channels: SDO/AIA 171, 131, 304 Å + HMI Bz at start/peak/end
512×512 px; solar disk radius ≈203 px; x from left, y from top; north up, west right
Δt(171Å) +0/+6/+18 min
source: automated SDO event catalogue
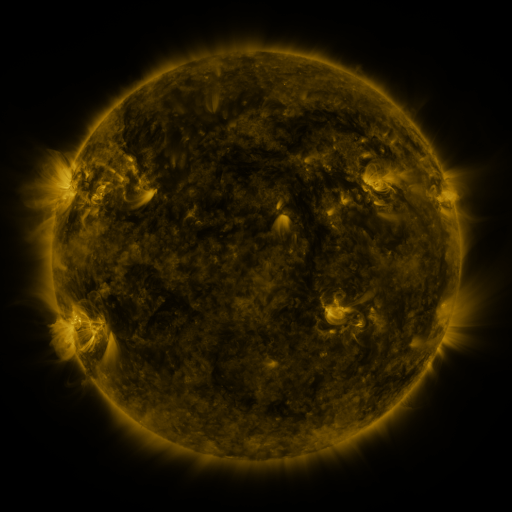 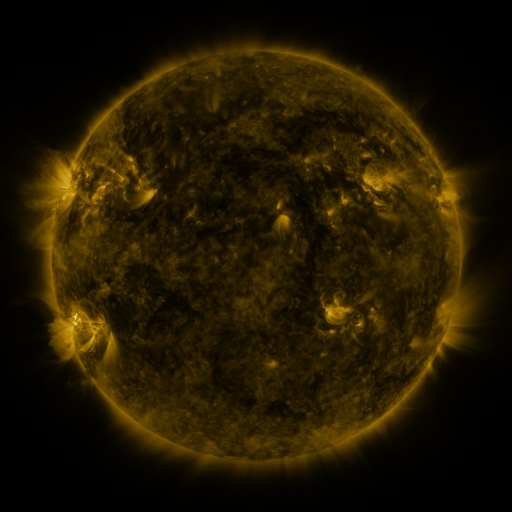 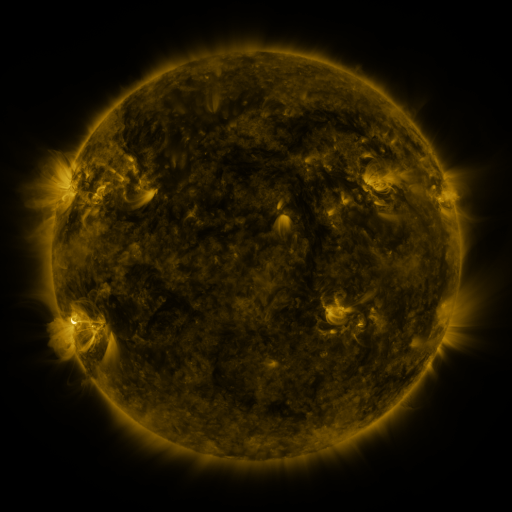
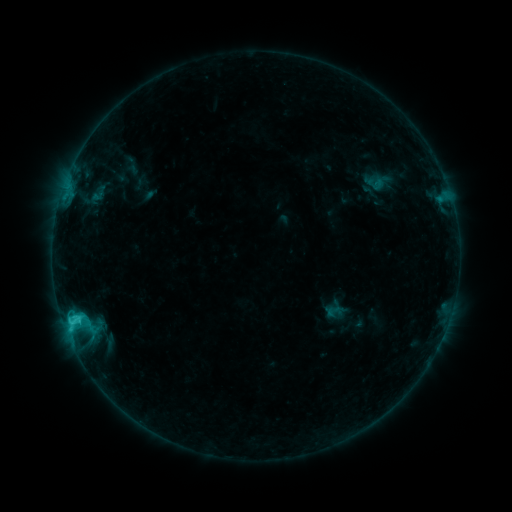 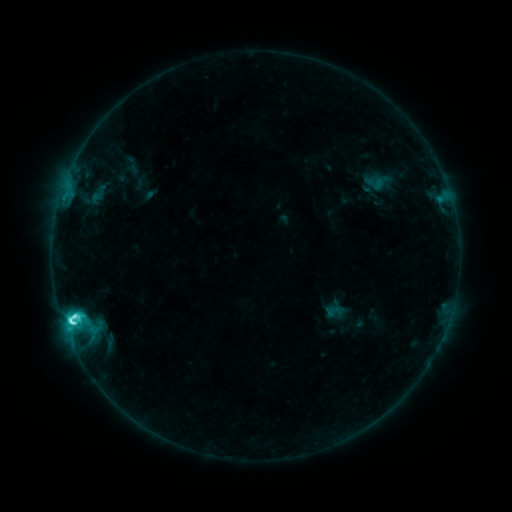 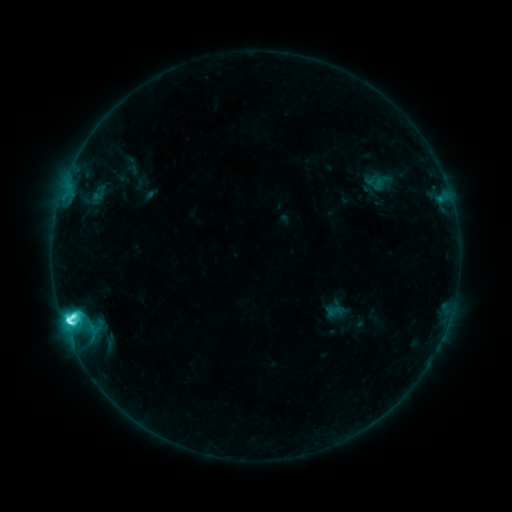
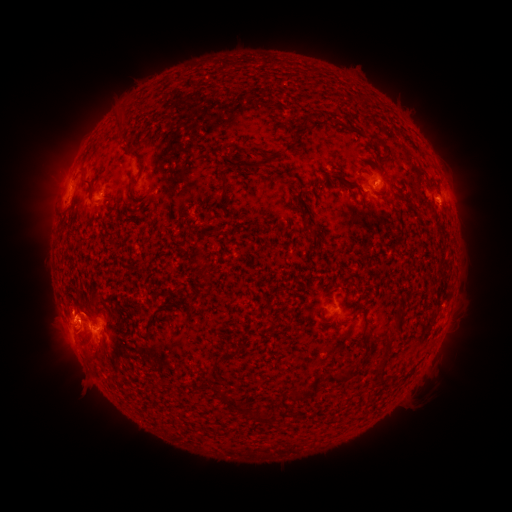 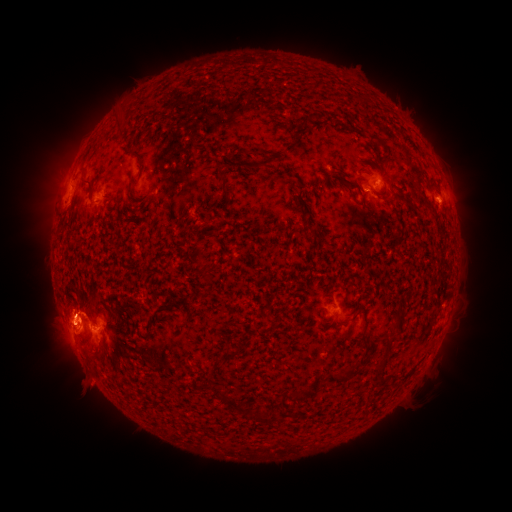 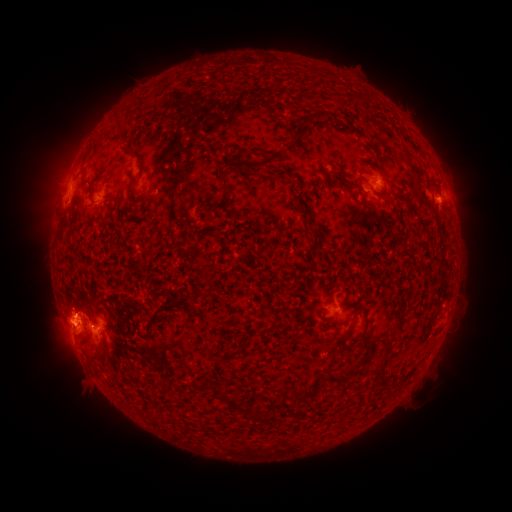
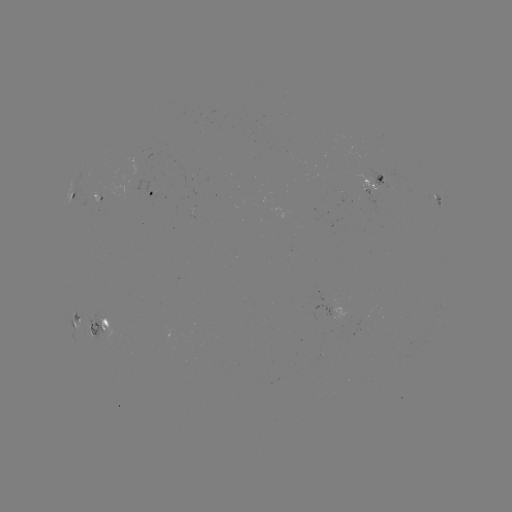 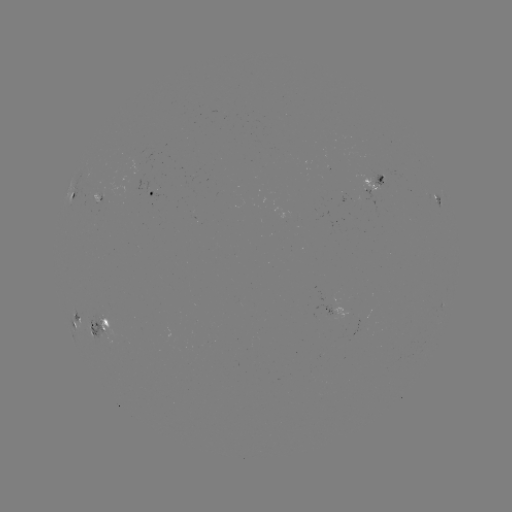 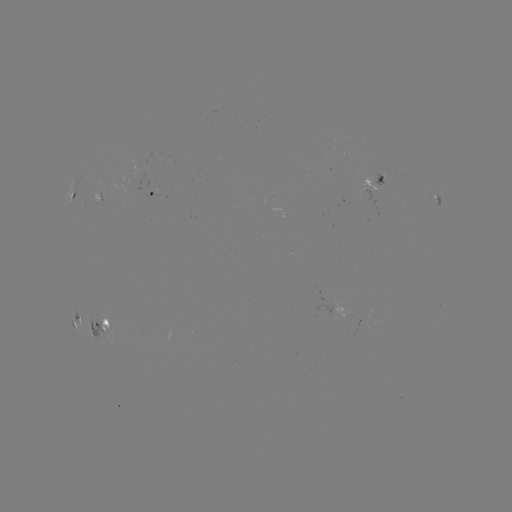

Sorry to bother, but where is C8.7 flare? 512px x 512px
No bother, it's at (73, 321).